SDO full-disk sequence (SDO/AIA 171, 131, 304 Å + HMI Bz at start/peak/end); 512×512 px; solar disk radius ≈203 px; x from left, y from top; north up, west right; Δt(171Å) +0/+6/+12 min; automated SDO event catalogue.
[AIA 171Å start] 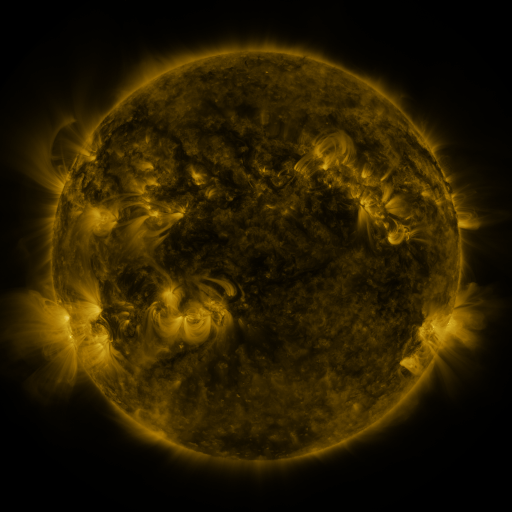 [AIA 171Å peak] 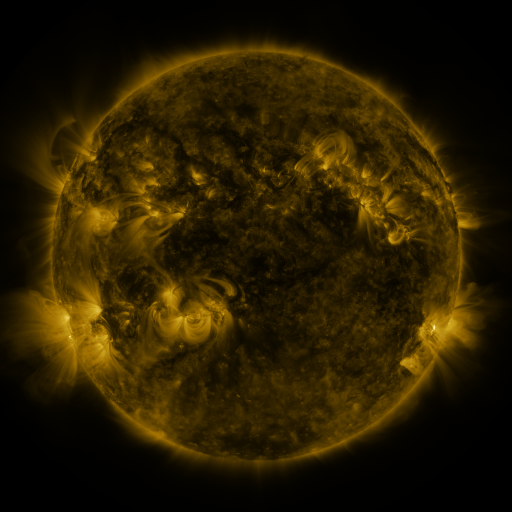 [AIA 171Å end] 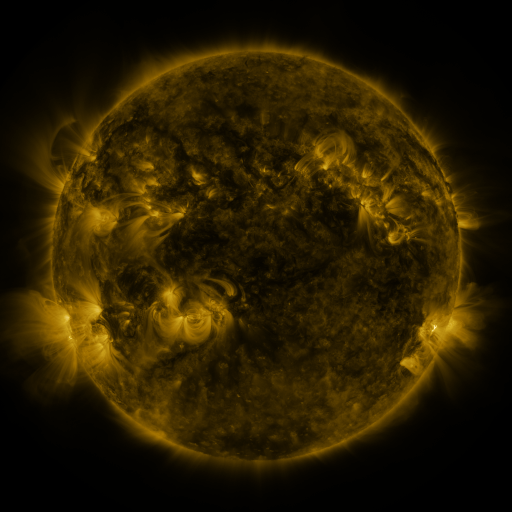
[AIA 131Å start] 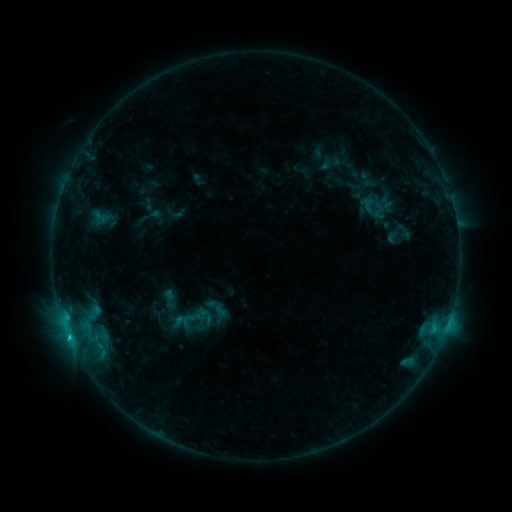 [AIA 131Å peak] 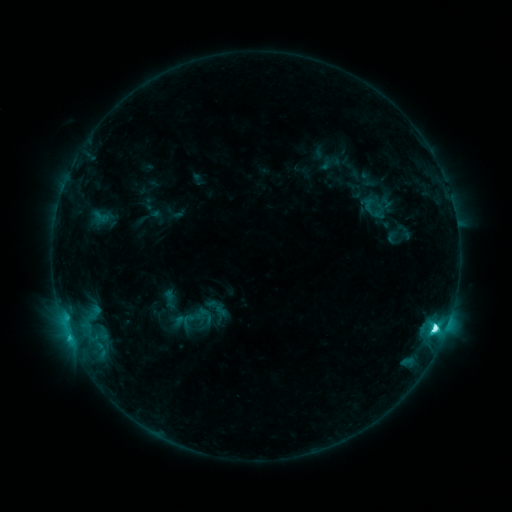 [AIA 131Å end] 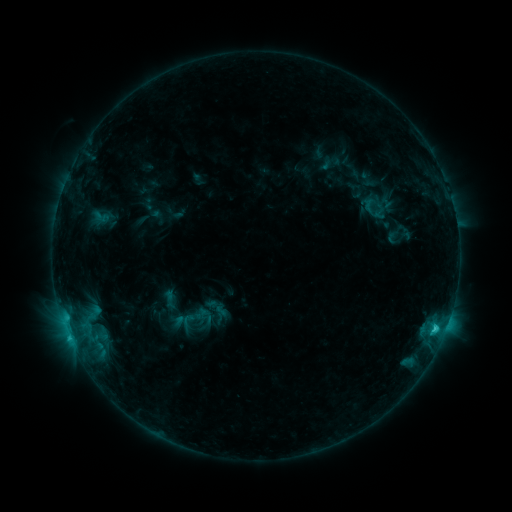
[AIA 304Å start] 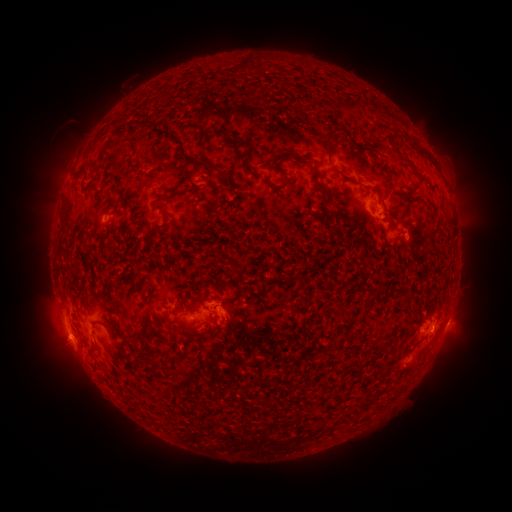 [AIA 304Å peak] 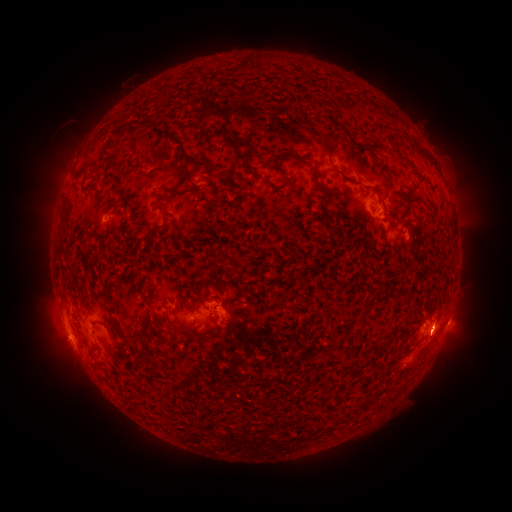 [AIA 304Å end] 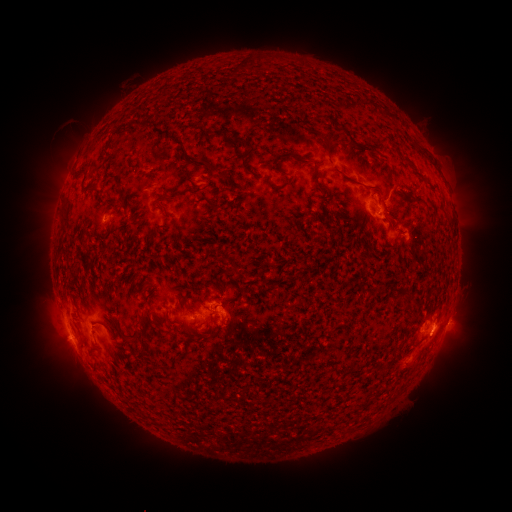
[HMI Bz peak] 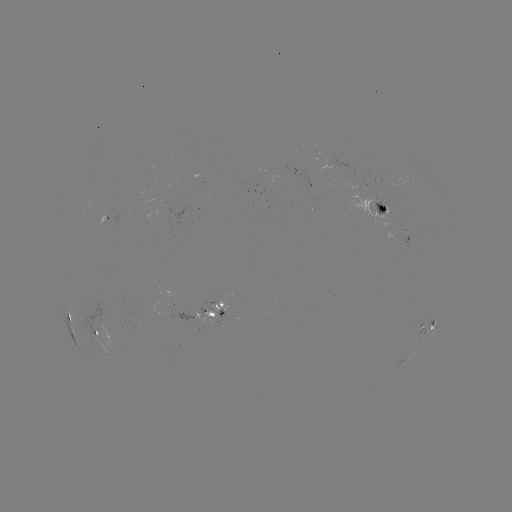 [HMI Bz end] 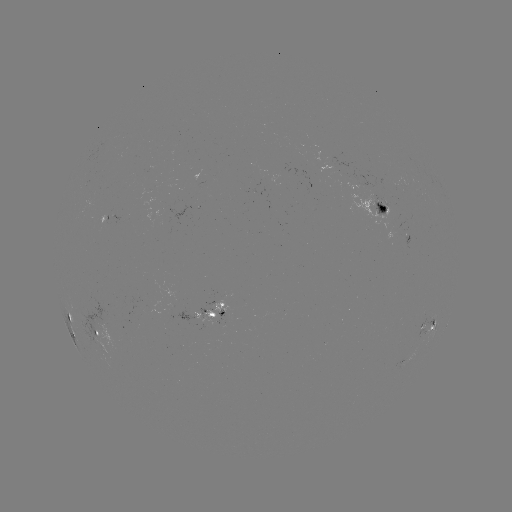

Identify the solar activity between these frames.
C6.4 flare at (434, 325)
